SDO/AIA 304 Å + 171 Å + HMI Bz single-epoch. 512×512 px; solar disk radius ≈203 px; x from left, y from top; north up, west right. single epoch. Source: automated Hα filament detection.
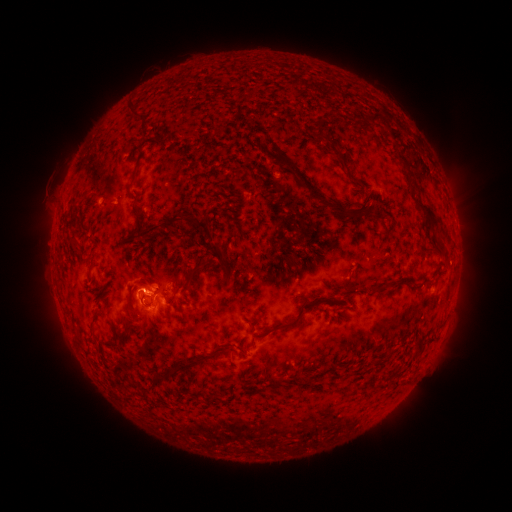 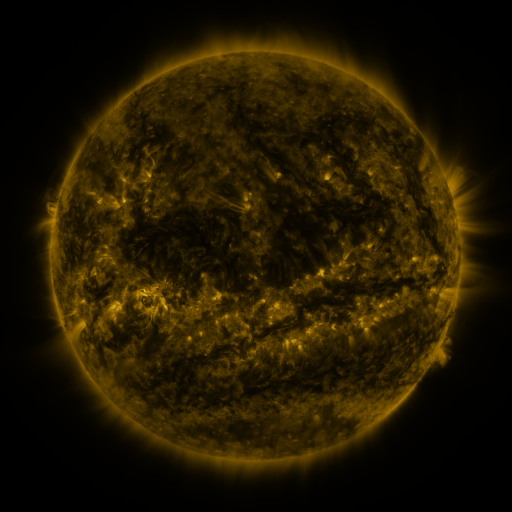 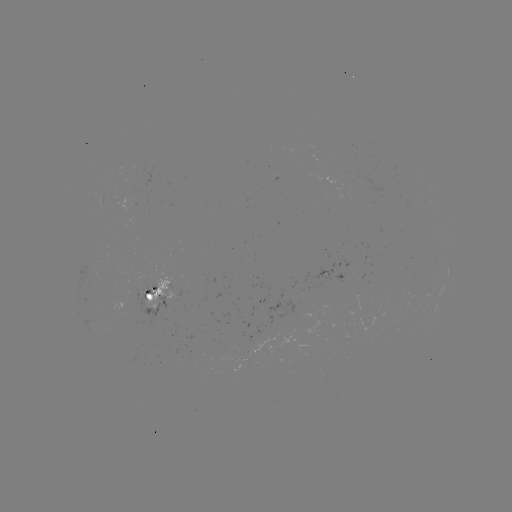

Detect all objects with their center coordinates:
filament: (126, 102, 142, 122)
filament: (367, 113, 379, 123)
filament: (313, 130, 340, 155)
filament: (273, 148, 363, 219)
filament: (394, 152, 416, 190)
filament: (126, 164, 231, 275)
filament: (411, 195, 437, 229)
filament: (69, 209, 79, 231)
filament: (70, 234, 78, 244)
filament: (435, 239, 444, 248)
filament: (173, 261, 206, 295)
filament: (87, 267, 94, 283)
filament: (423, 276, 433, 283)
filament: (128, 295, 134, 313)
filament: (262, 295, 343, 336)
filament: (124, 321, 132, 334)
filament: (155, 348, 224, 382)
filament: (261, 350, 272, 363)
